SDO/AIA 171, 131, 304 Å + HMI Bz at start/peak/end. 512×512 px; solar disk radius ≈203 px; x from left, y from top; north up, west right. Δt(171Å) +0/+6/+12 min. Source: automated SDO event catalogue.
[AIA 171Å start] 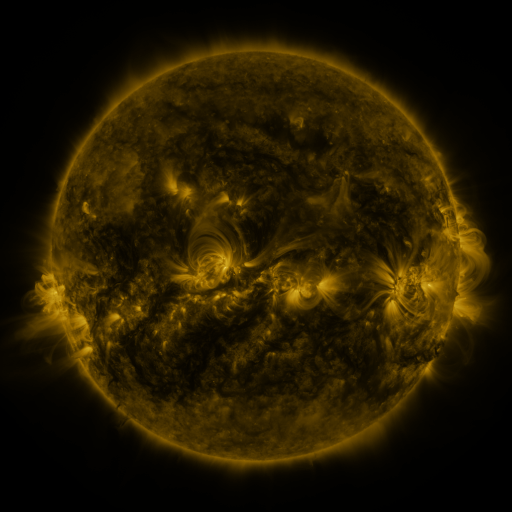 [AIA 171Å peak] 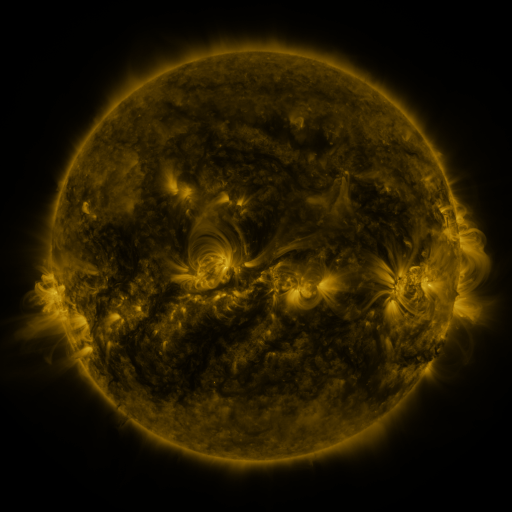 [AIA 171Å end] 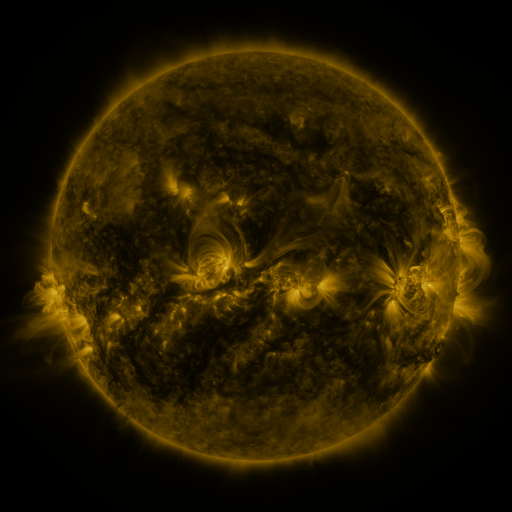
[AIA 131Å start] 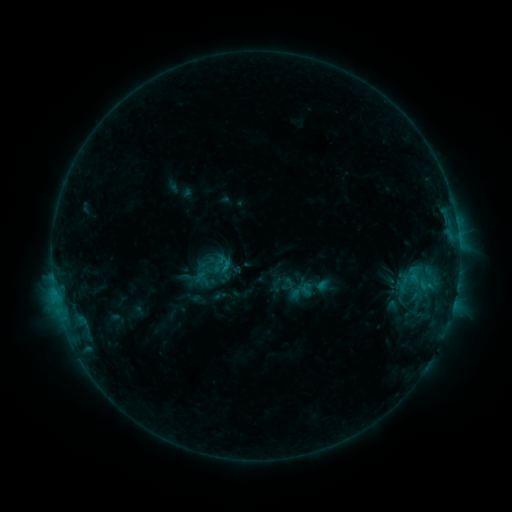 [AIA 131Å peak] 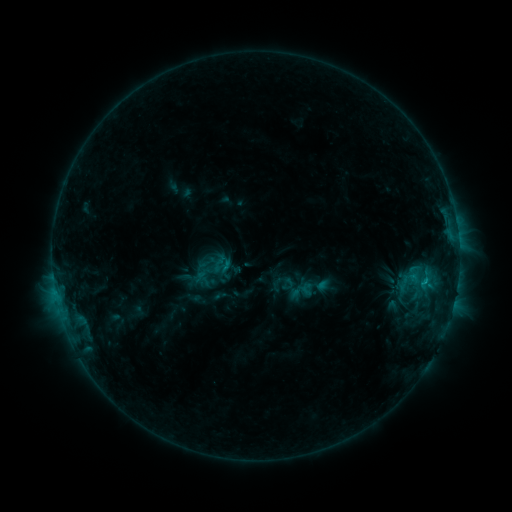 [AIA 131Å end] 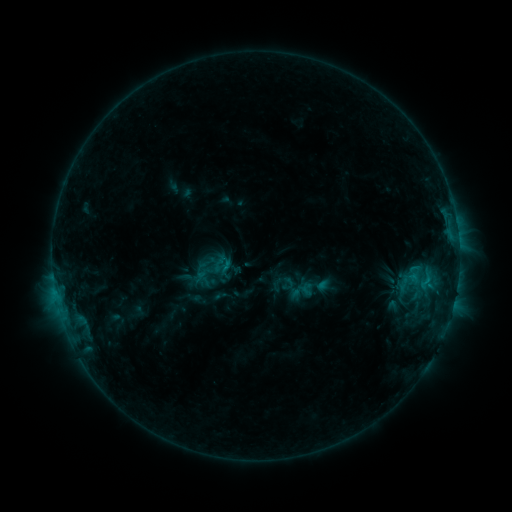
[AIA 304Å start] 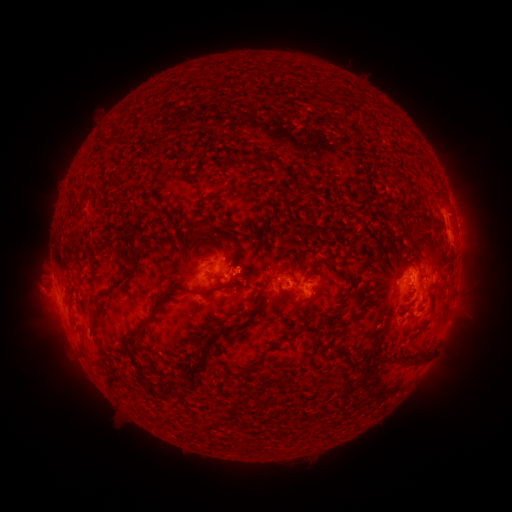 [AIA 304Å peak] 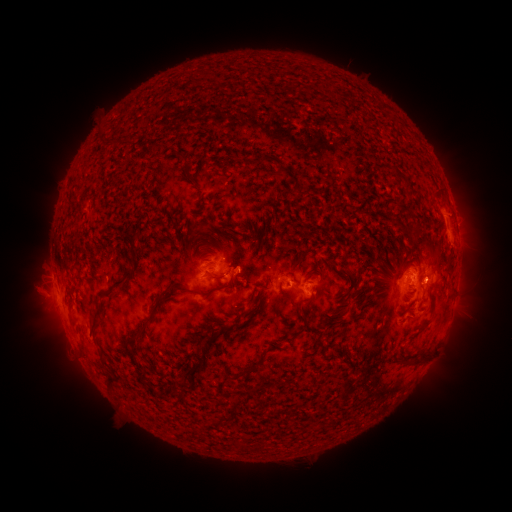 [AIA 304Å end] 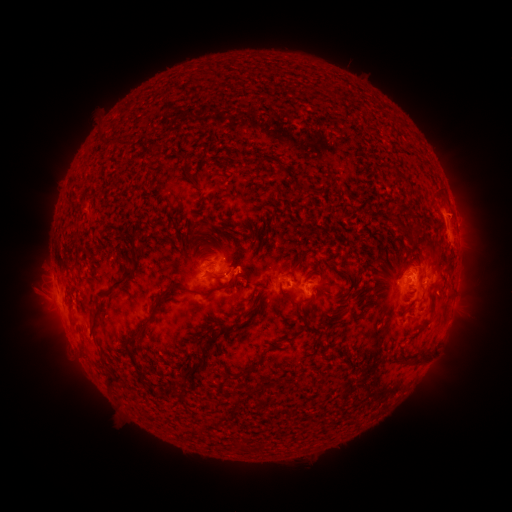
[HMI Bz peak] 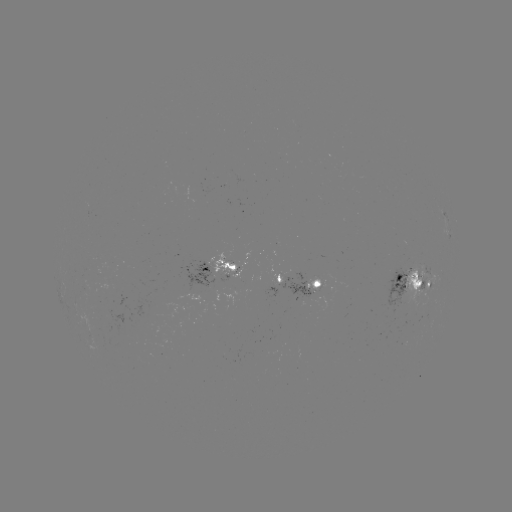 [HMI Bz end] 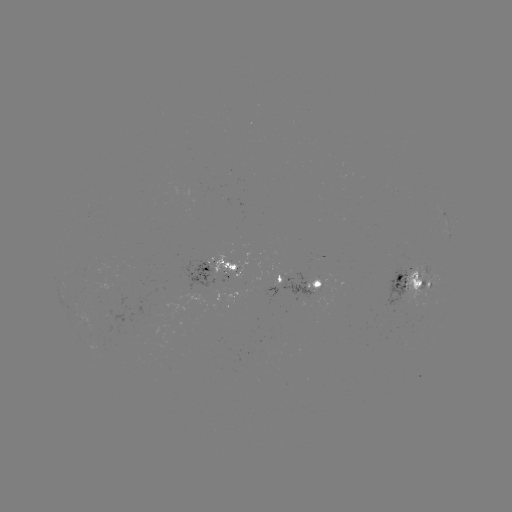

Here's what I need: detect eruption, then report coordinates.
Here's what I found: eruption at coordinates (437, 279).